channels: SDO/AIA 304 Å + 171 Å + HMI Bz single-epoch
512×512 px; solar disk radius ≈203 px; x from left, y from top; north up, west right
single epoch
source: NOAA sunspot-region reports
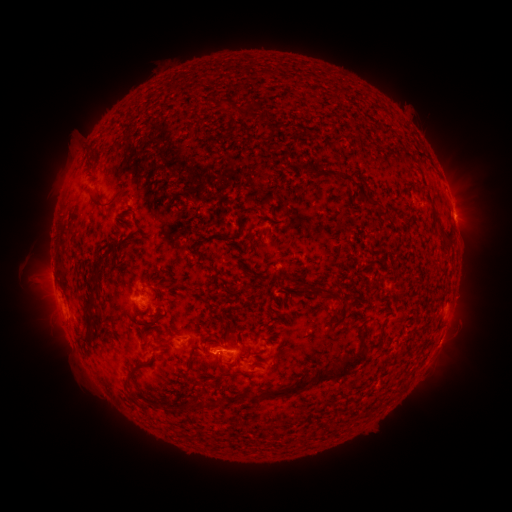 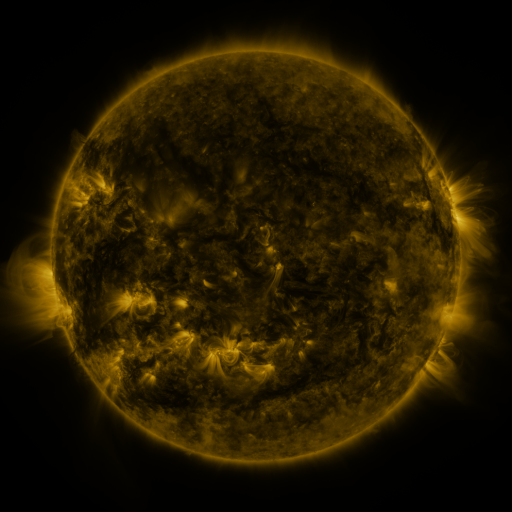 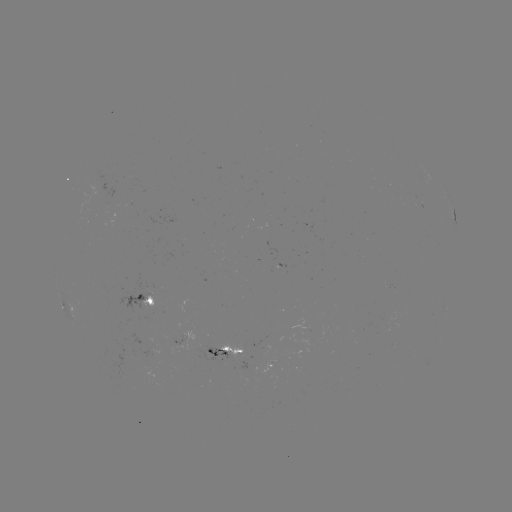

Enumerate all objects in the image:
spotted active region: (452, 205)
spotted active region: (142, 299)
spotted active region: (187, 345)
spotted active region: (233, 356)
spotted active region: (268, 368)
